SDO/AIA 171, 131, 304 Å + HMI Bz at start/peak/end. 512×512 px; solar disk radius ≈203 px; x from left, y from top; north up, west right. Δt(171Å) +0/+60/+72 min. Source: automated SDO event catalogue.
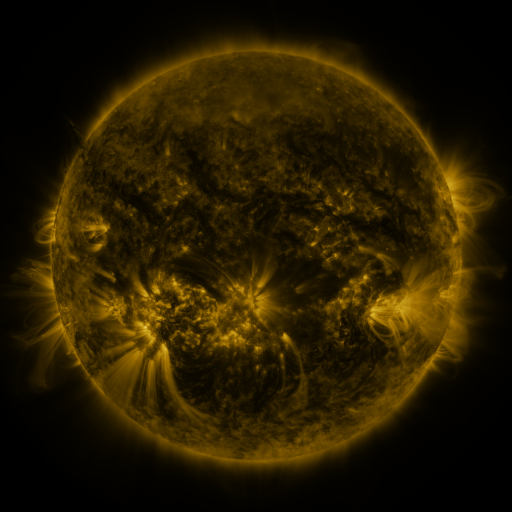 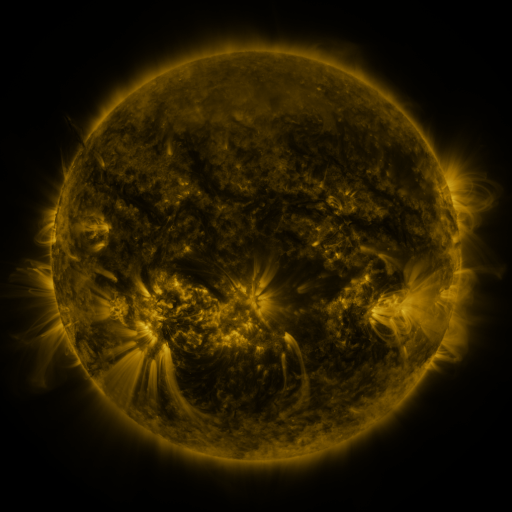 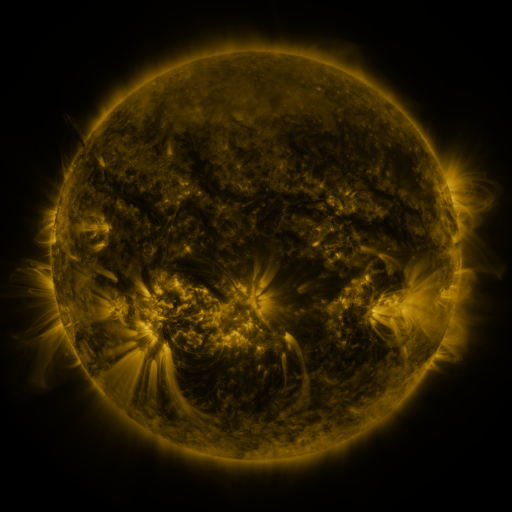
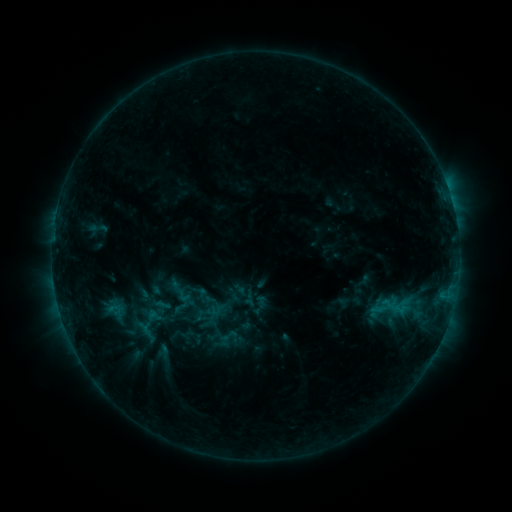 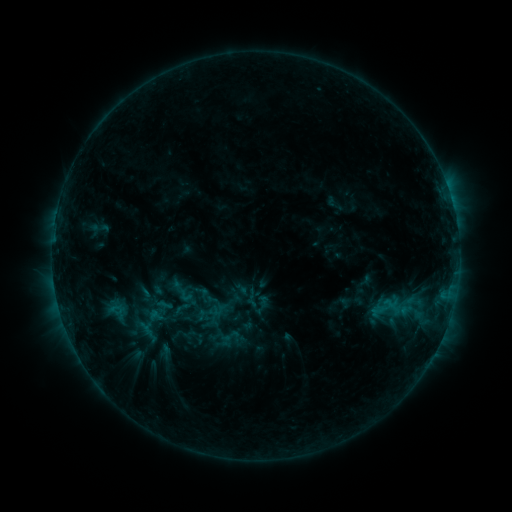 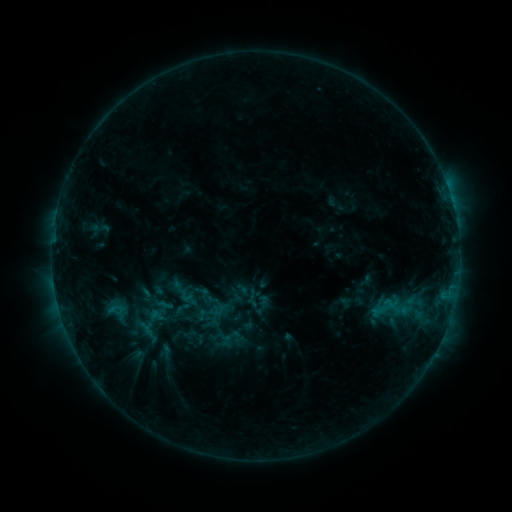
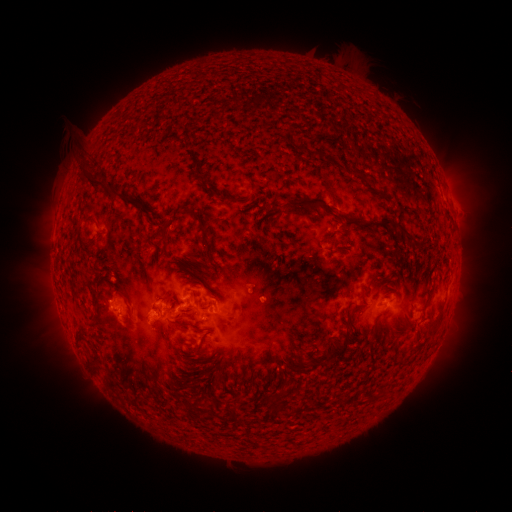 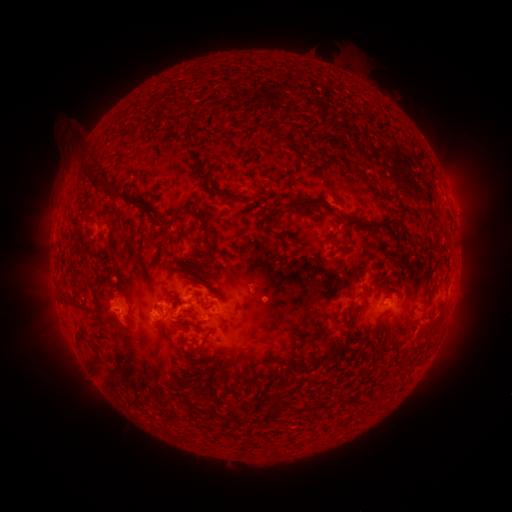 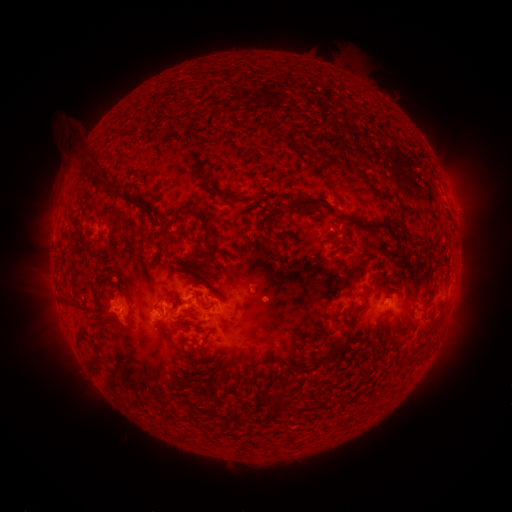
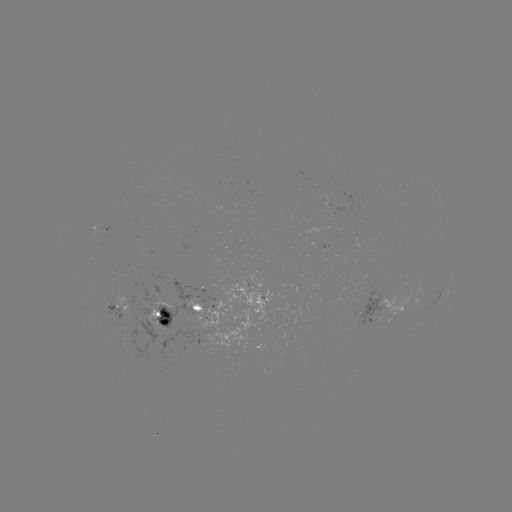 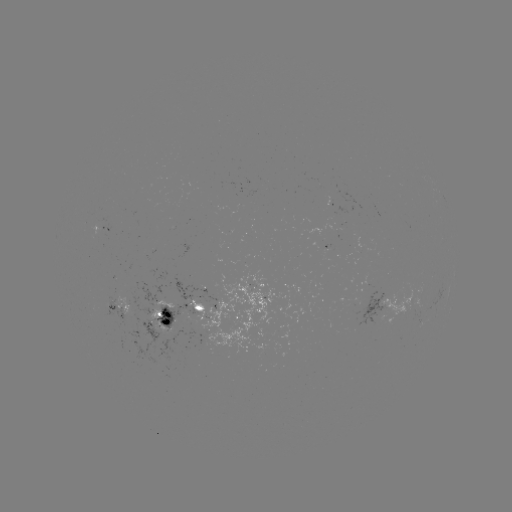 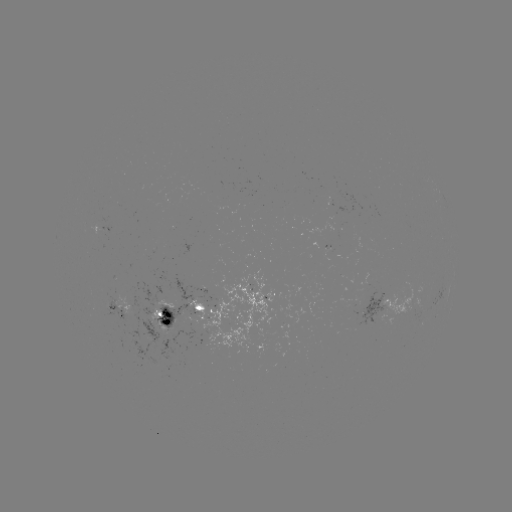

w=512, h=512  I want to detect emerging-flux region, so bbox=[321, 218, 339, 237].